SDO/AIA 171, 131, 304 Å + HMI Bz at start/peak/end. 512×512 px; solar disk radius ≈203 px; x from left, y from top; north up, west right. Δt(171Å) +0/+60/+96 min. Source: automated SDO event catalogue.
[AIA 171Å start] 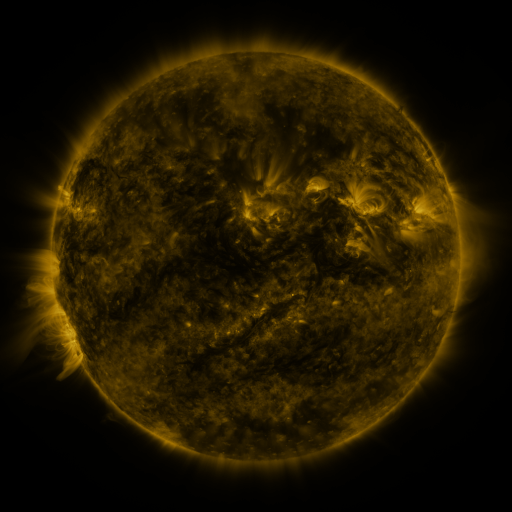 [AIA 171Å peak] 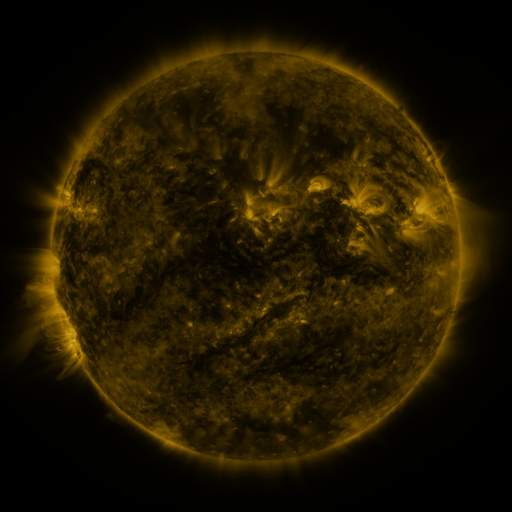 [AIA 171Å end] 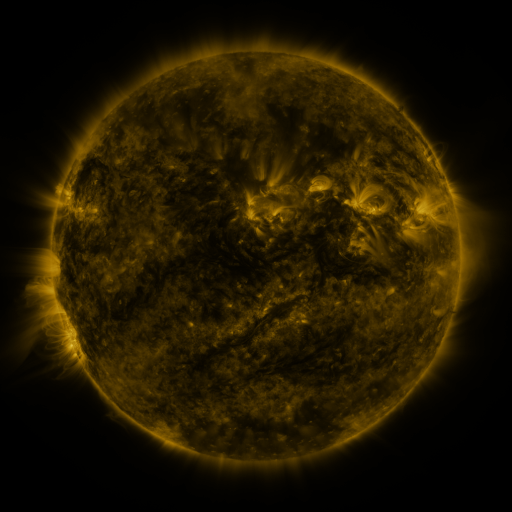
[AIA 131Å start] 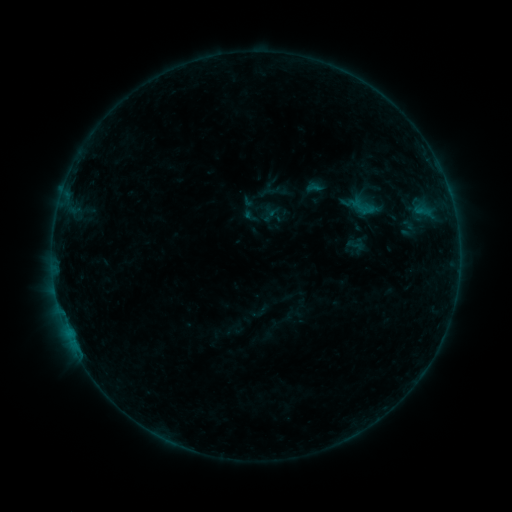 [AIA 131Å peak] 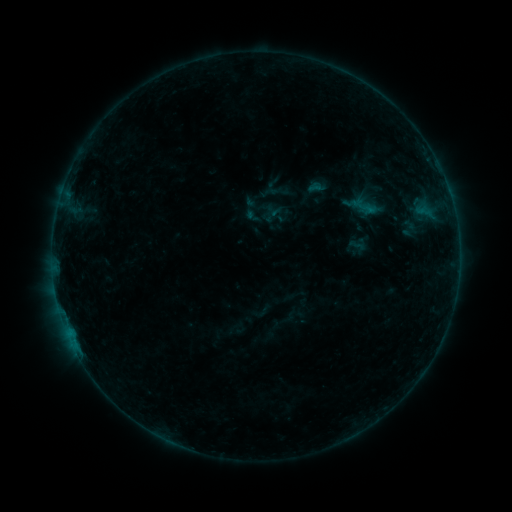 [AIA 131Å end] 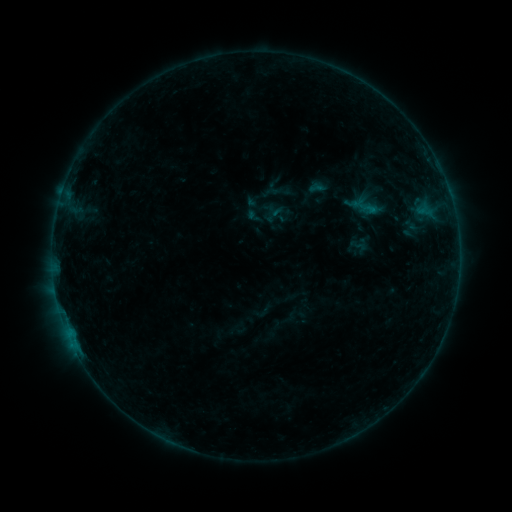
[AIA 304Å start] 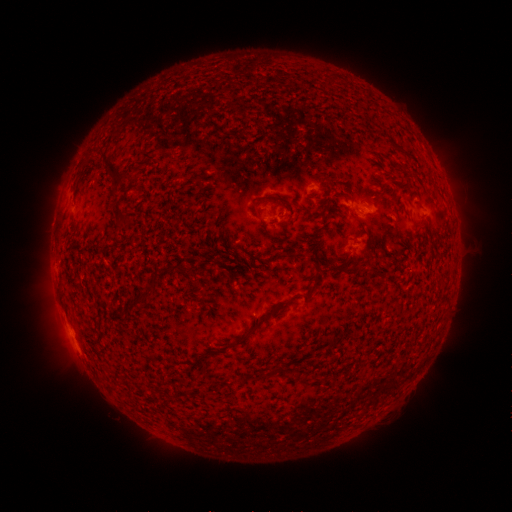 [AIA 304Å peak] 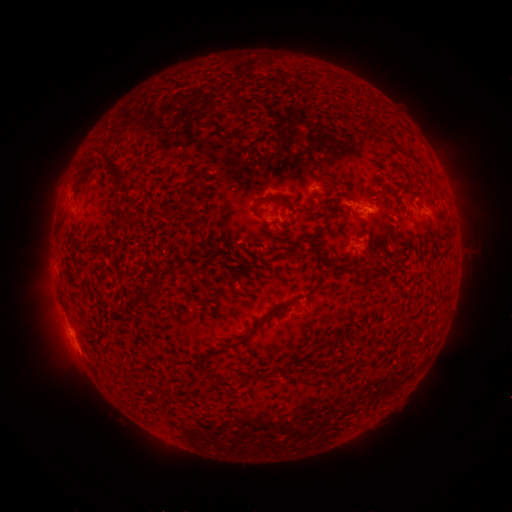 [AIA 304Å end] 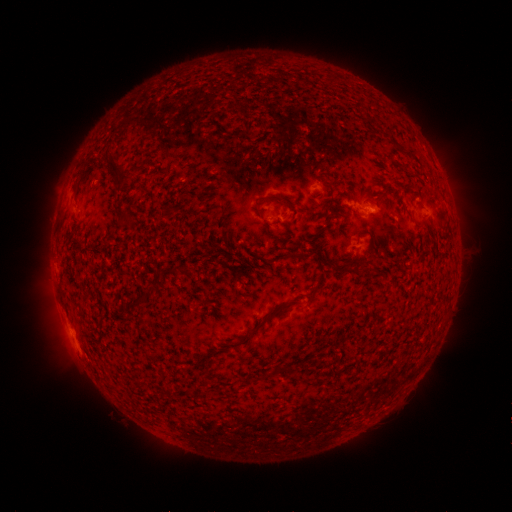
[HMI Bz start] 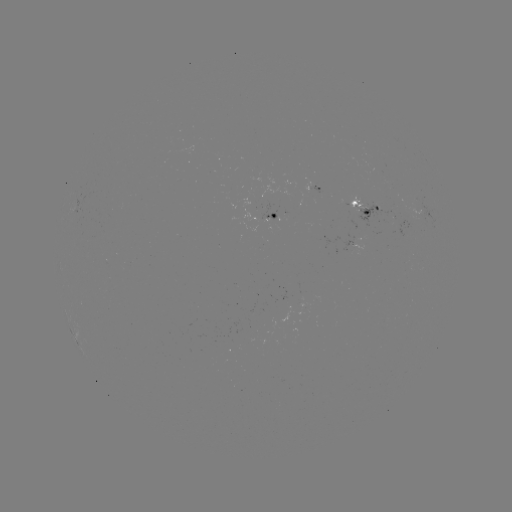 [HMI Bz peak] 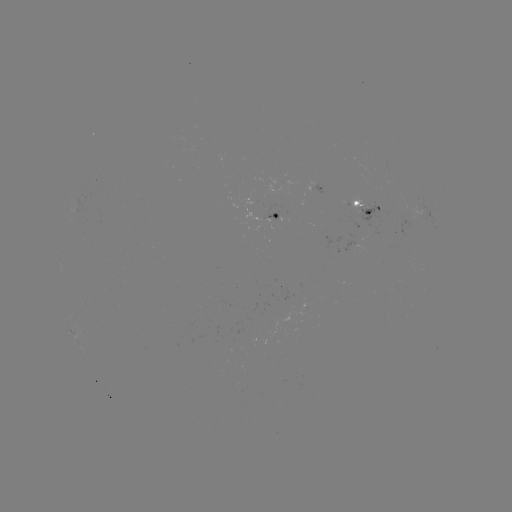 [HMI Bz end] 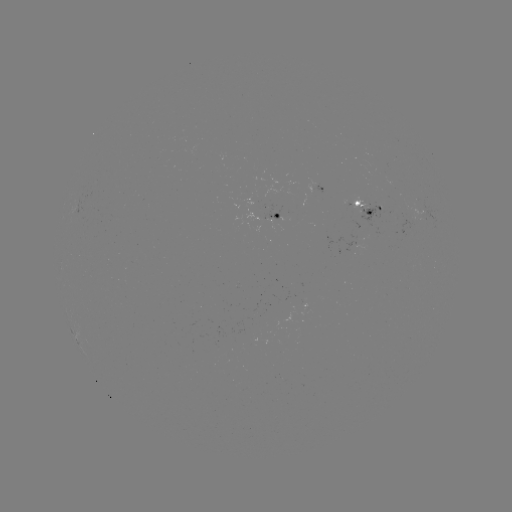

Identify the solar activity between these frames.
emerging-flux region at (362, 204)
